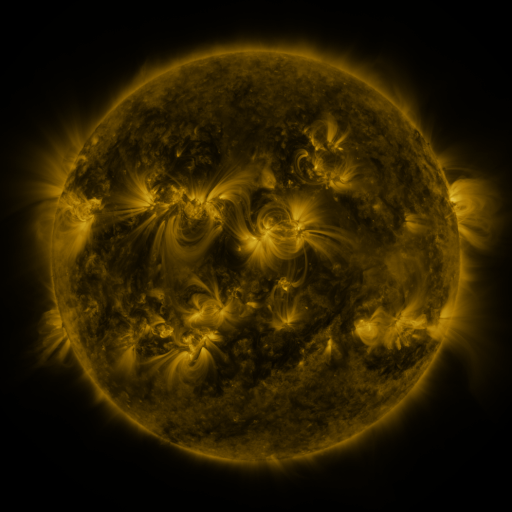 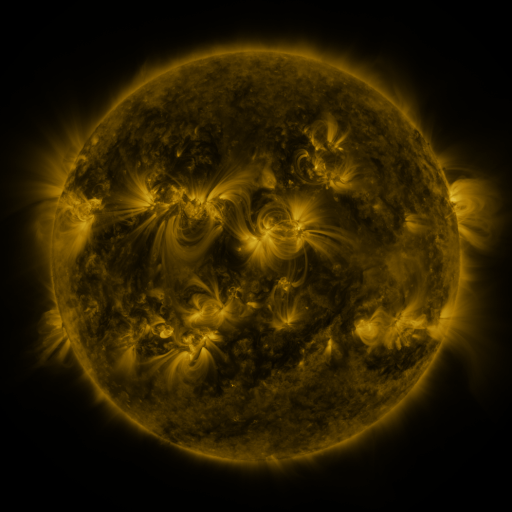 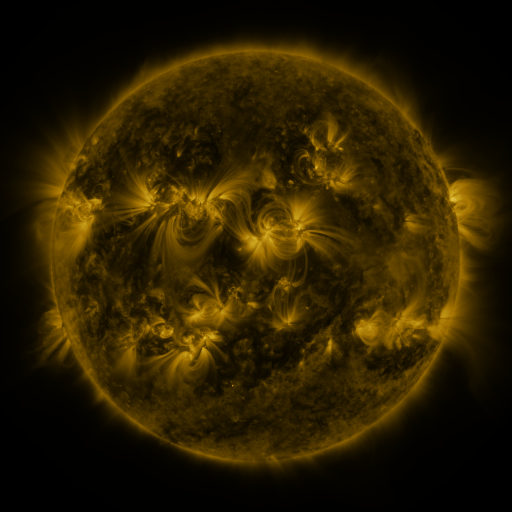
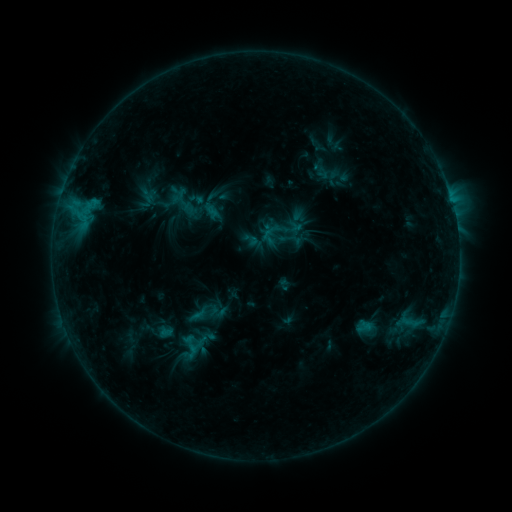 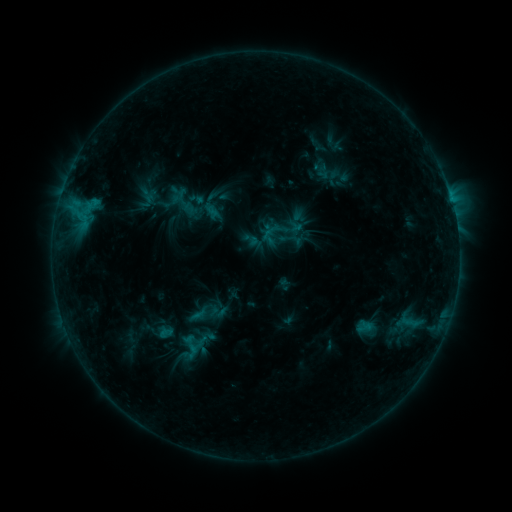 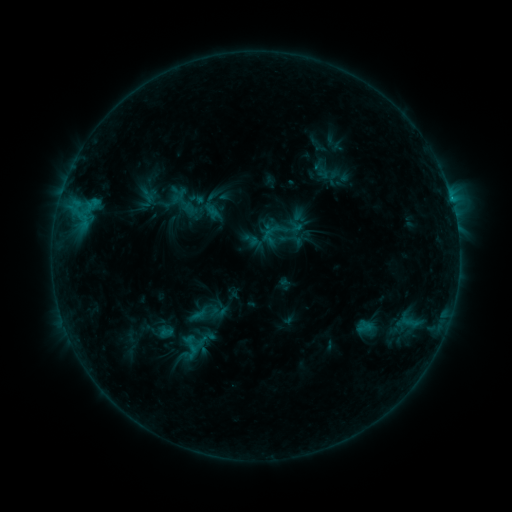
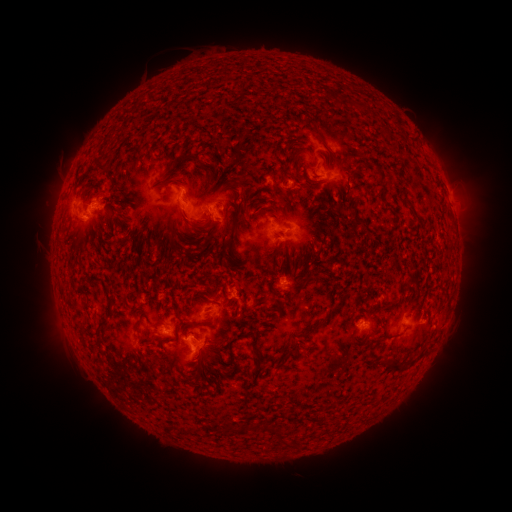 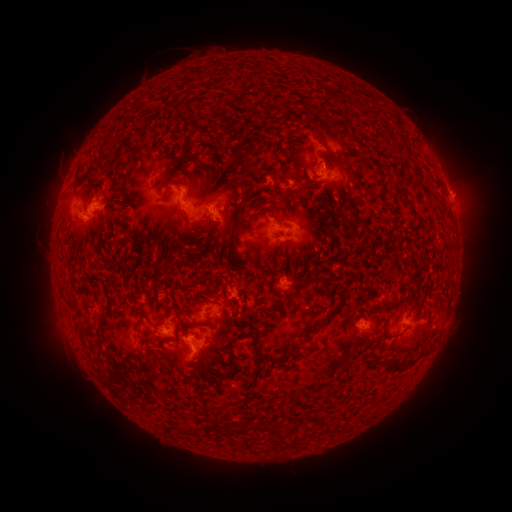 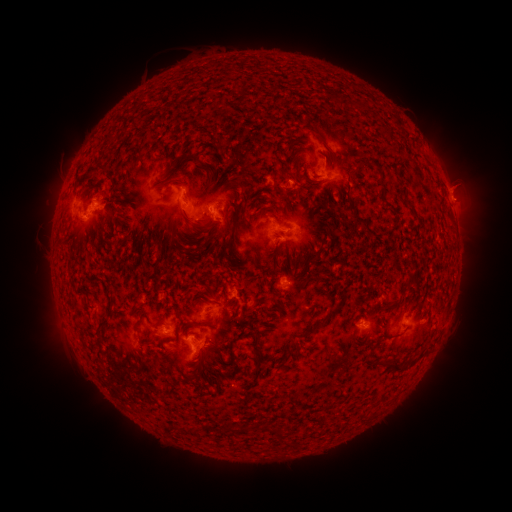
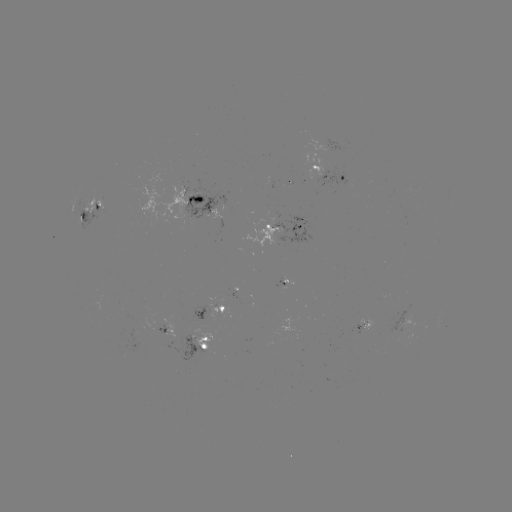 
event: flare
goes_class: C1.1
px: (450, 196)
